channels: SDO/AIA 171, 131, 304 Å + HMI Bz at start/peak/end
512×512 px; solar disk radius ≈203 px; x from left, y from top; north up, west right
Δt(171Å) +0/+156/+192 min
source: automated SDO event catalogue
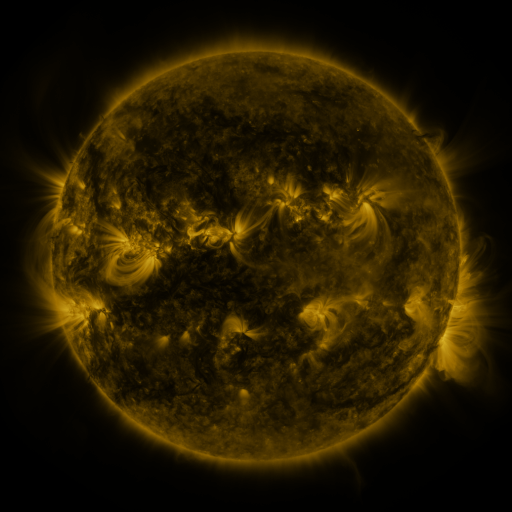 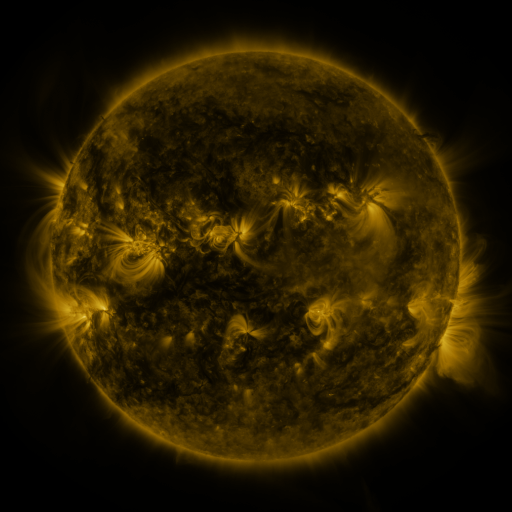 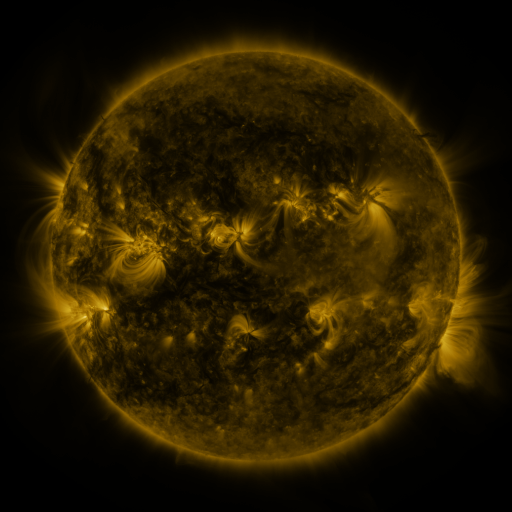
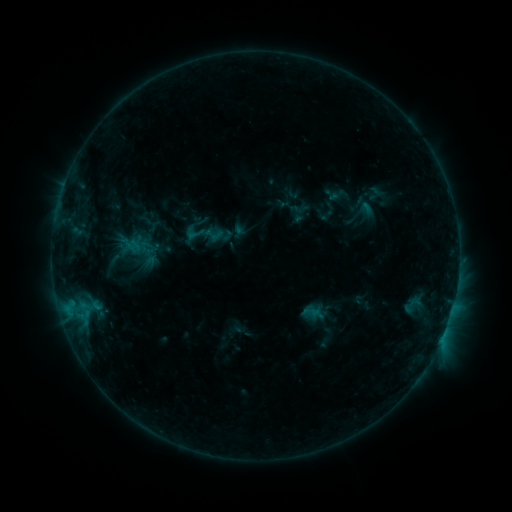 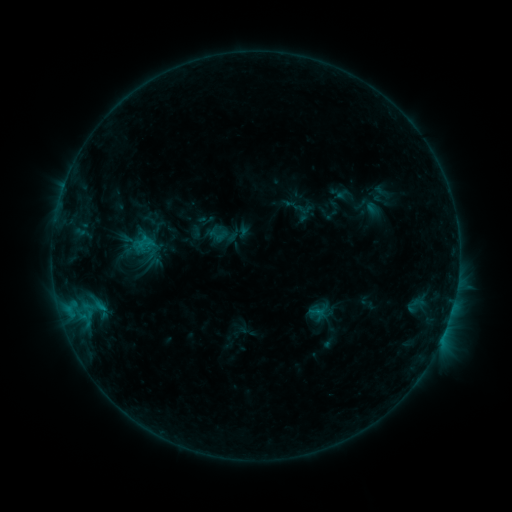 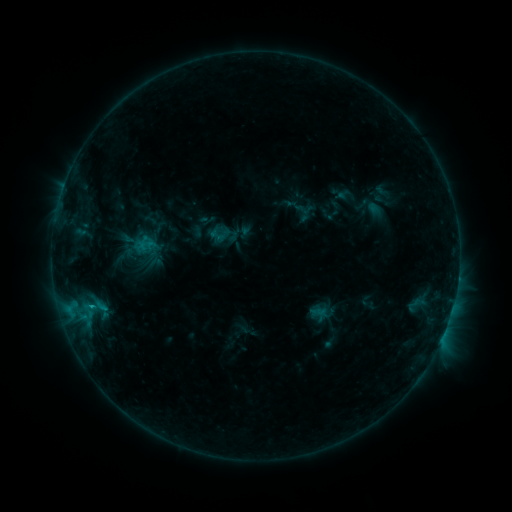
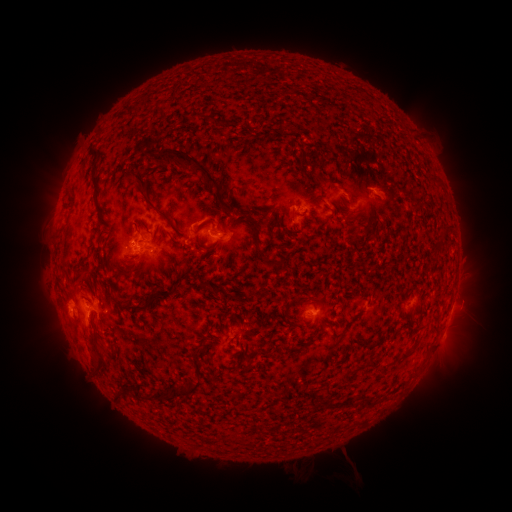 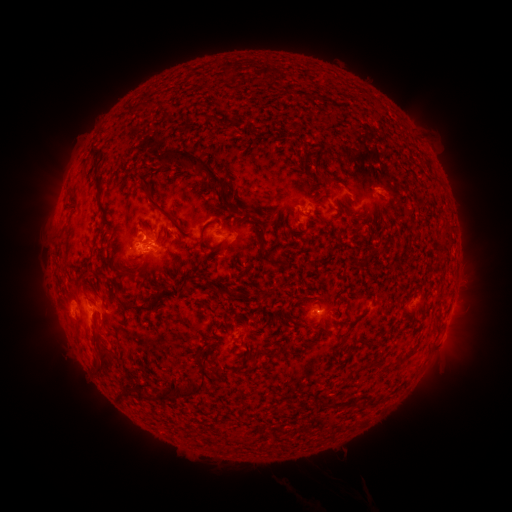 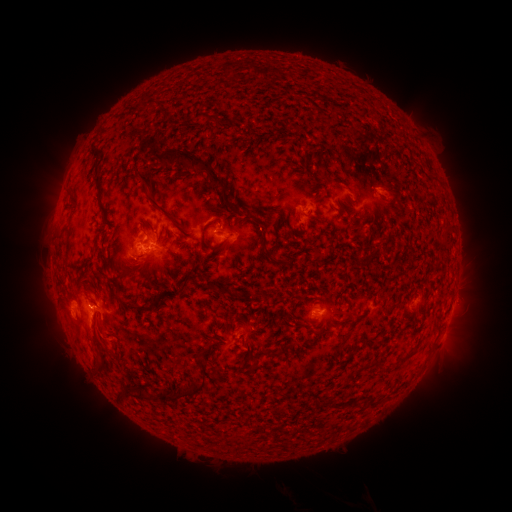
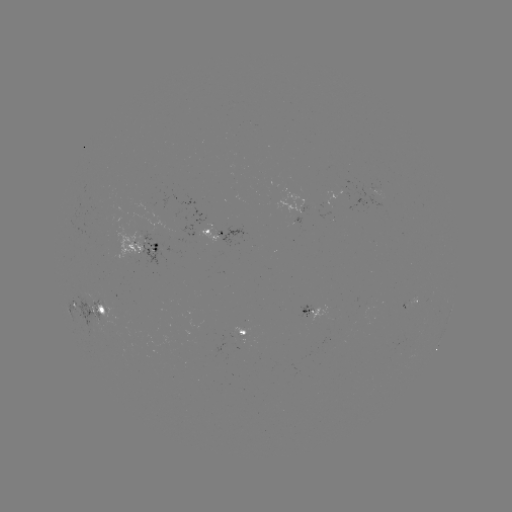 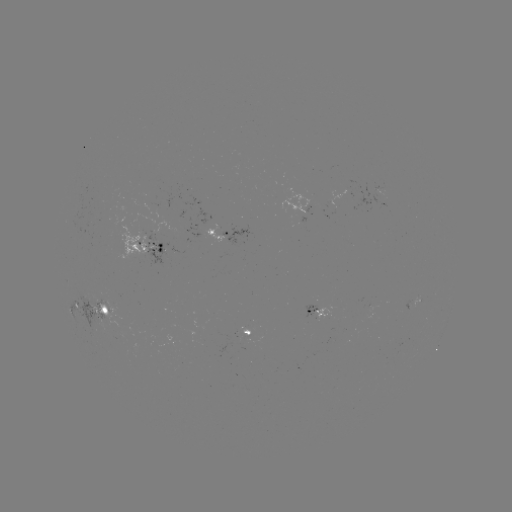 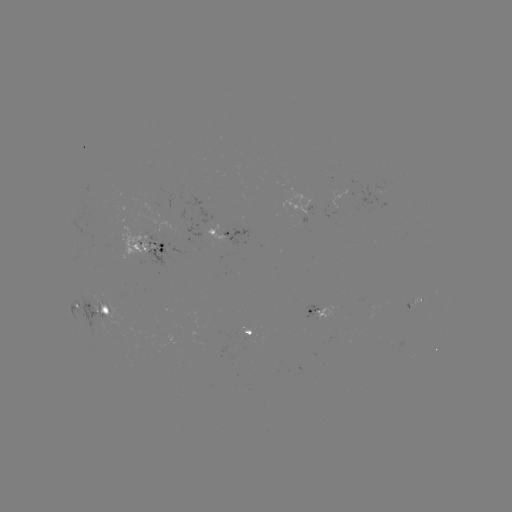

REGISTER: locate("emerging-flux region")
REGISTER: [136, 253]